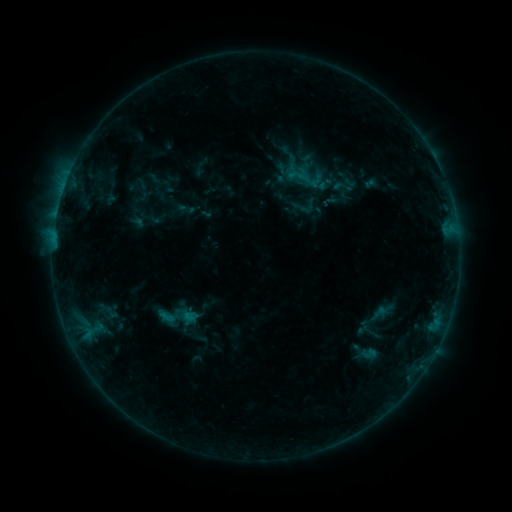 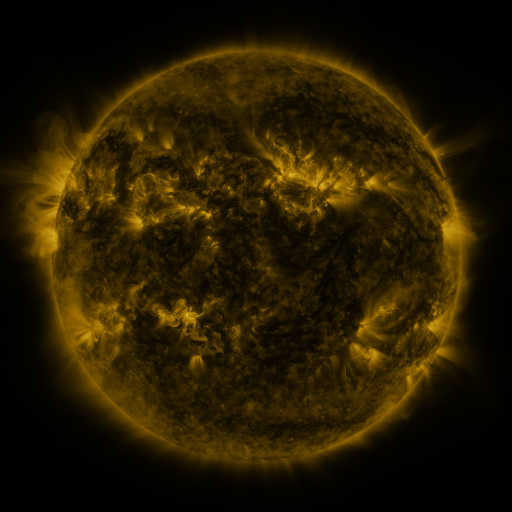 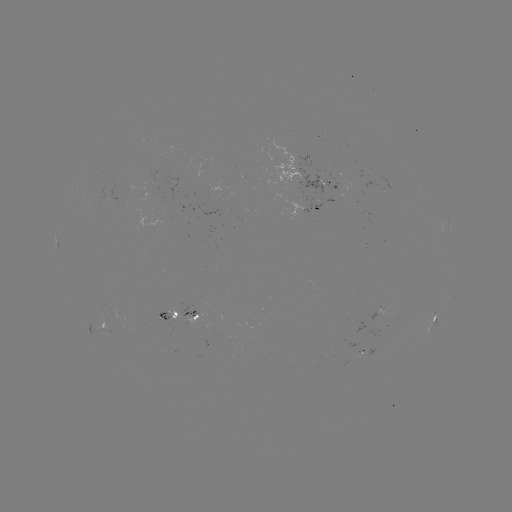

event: sigmoid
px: (299, 176)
